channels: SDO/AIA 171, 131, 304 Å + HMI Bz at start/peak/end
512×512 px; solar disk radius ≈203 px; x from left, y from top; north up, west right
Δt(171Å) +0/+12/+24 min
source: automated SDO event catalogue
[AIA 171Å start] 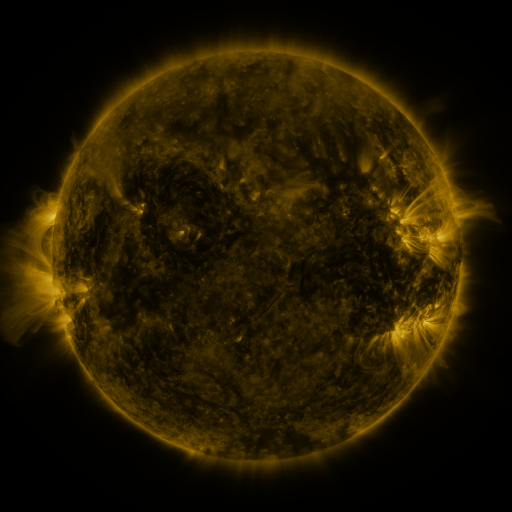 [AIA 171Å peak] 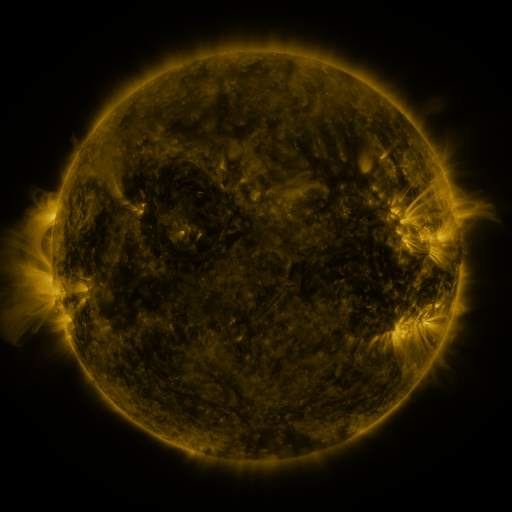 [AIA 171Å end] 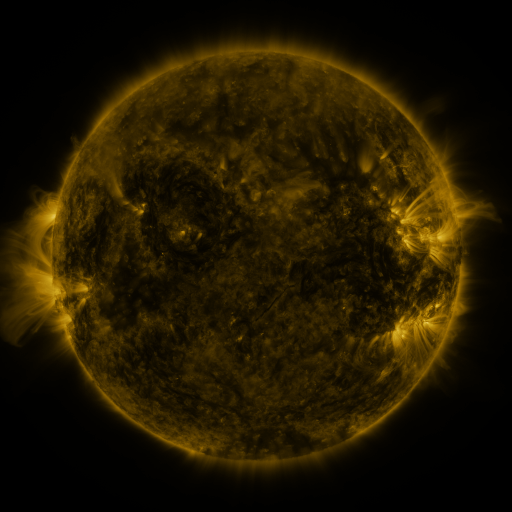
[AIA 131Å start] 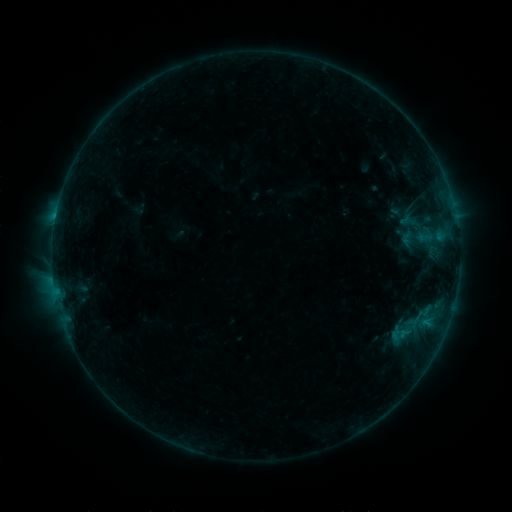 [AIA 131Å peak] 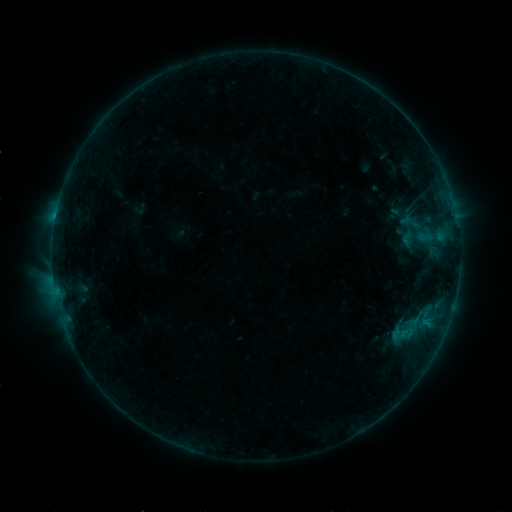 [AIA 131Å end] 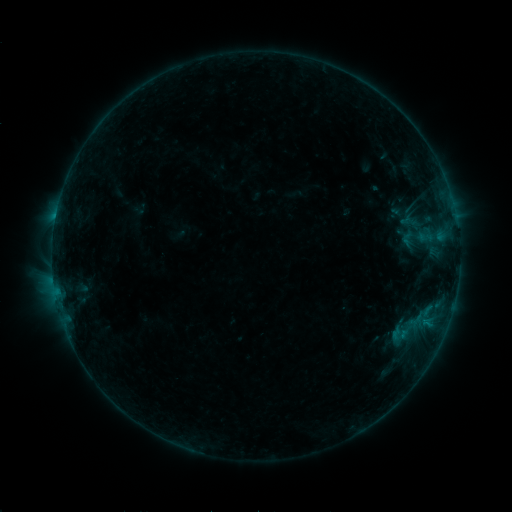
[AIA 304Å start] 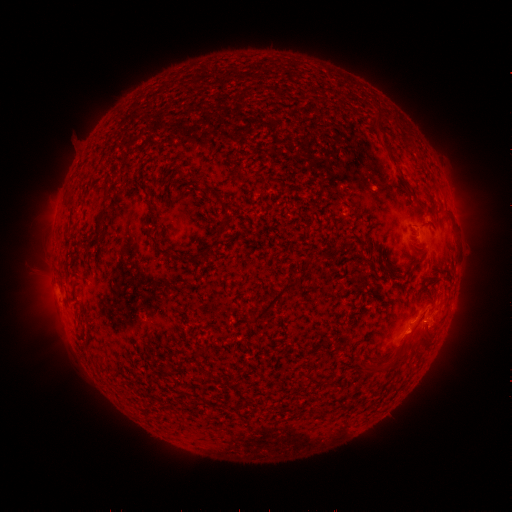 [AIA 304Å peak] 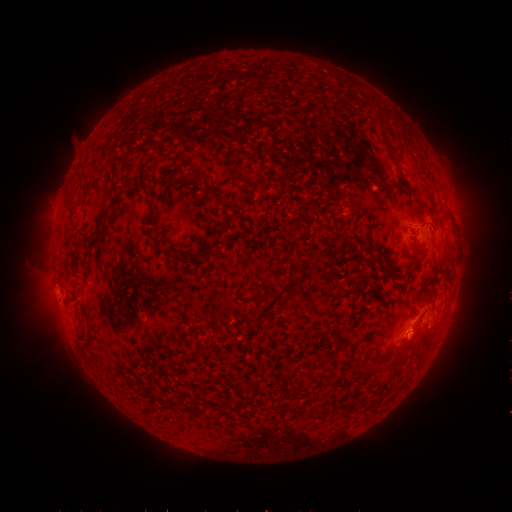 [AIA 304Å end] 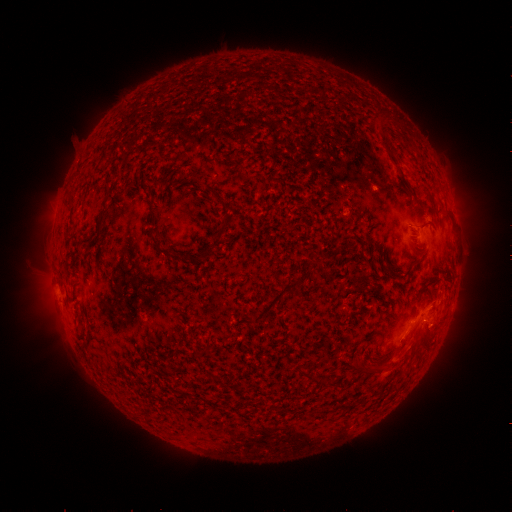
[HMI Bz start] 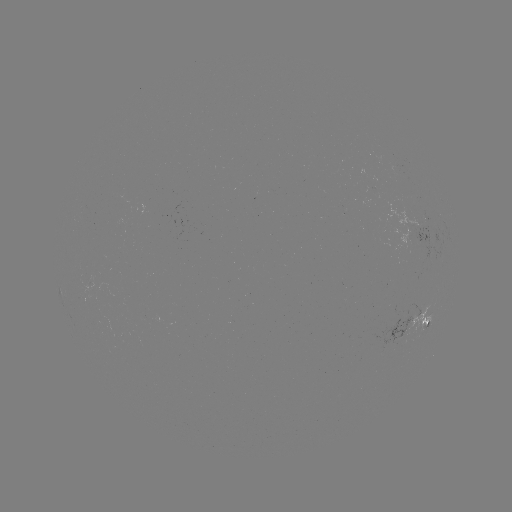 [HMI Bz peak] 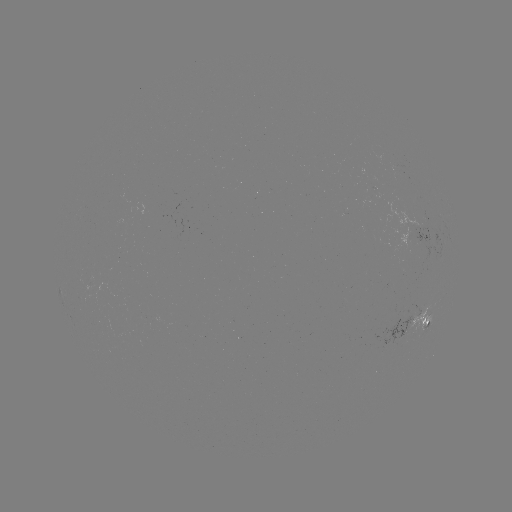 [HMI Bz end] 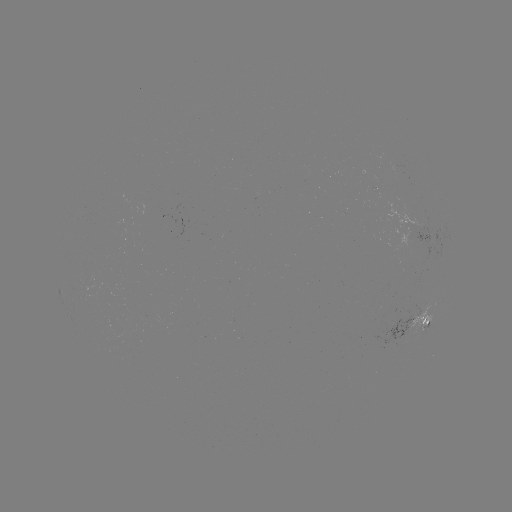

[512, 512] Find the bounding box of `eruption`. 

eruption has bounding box [371, 319, 460, 387].